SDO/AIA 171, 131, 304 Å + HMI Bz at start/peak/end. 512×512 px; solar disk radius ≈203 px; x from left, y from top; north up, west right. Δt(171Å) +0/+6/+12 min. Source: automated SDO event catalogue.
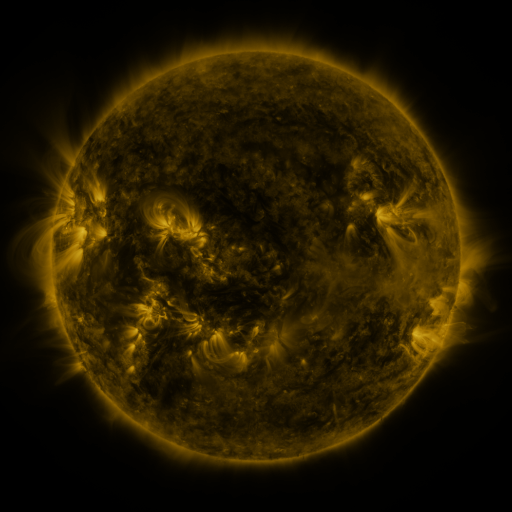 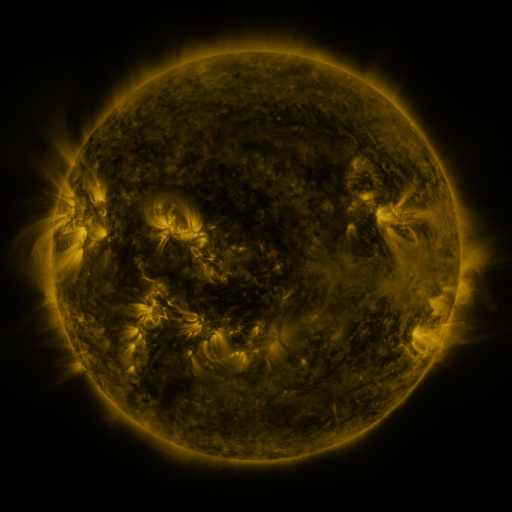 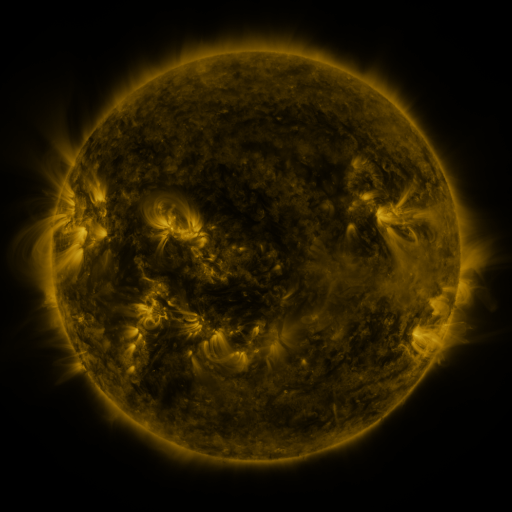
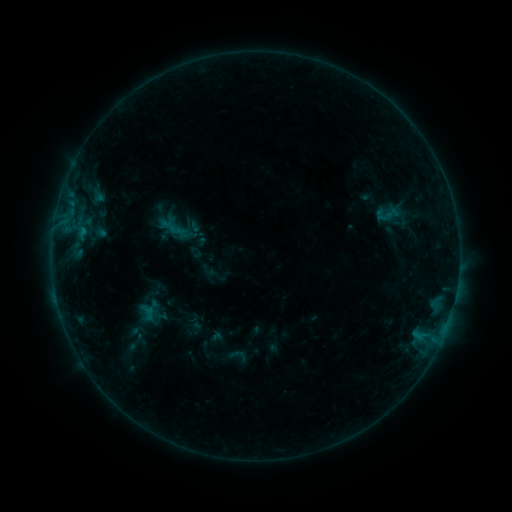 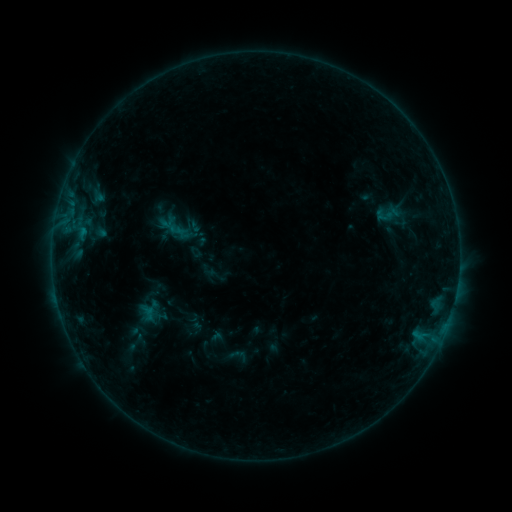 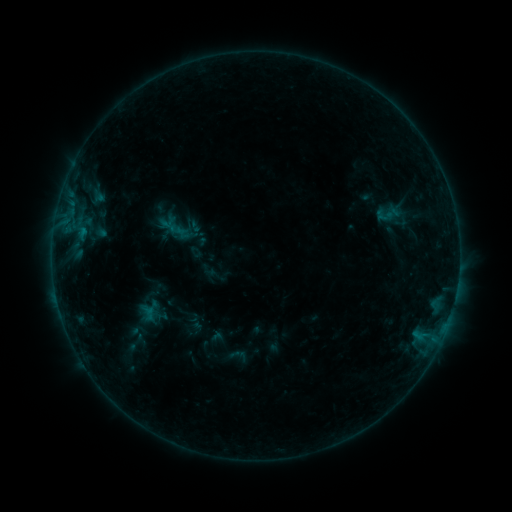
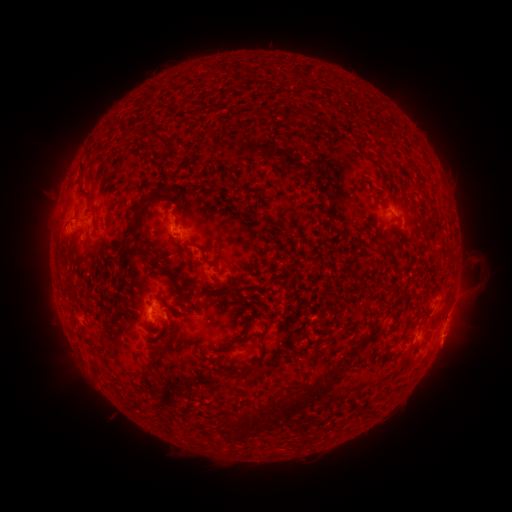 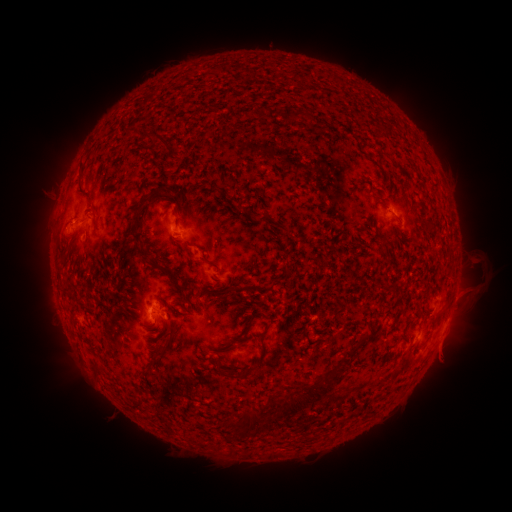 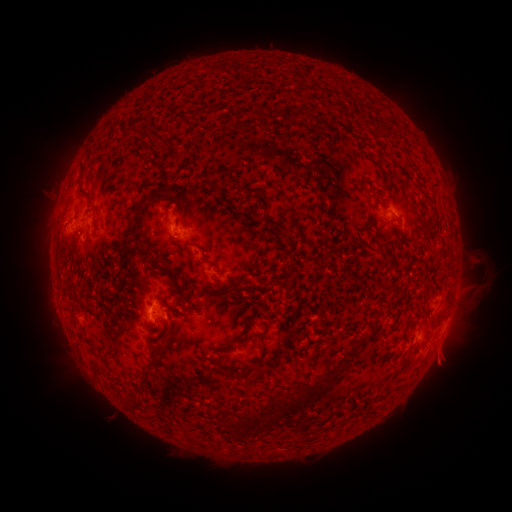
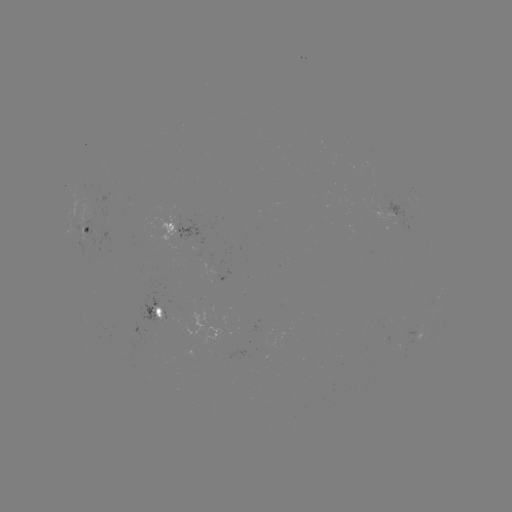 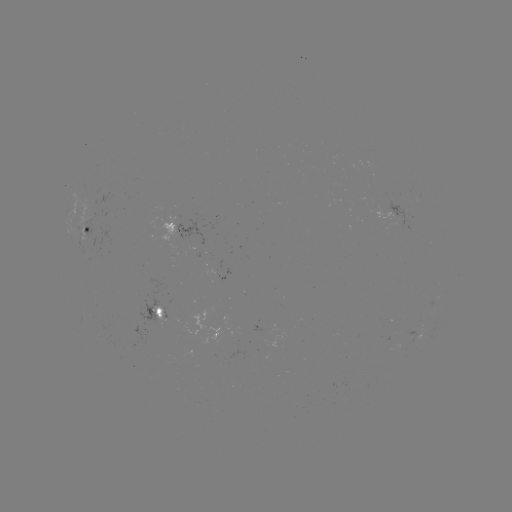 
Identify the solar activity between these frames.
eruption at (446, 359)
